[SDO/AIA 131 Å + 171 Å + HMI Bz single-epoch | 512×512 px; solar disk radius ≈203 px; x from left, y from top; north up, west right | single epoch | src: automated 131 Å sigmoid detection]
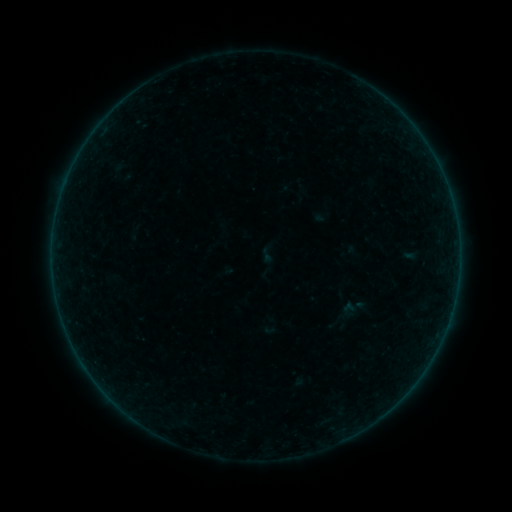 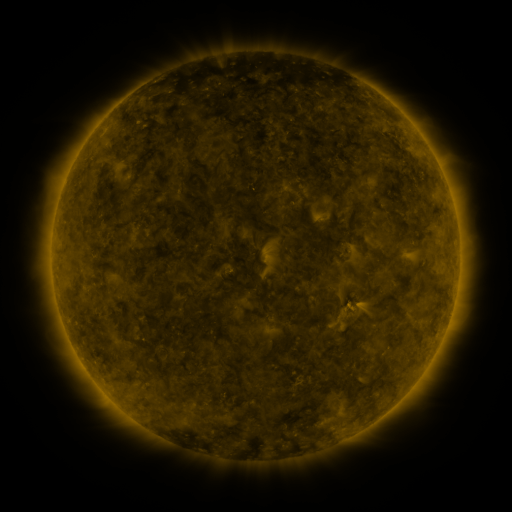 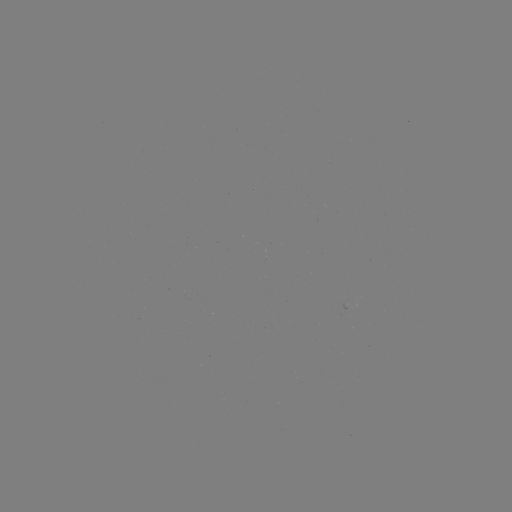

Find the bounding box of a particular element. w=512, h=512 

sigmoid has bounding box [257, 244, 277, 264].